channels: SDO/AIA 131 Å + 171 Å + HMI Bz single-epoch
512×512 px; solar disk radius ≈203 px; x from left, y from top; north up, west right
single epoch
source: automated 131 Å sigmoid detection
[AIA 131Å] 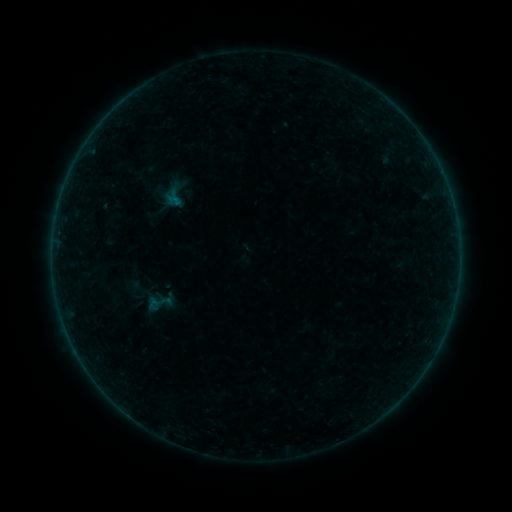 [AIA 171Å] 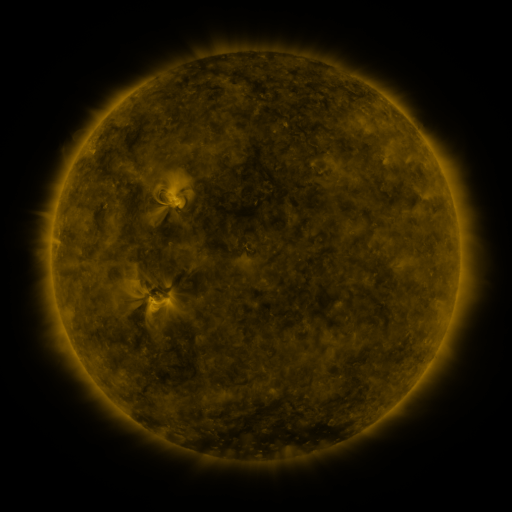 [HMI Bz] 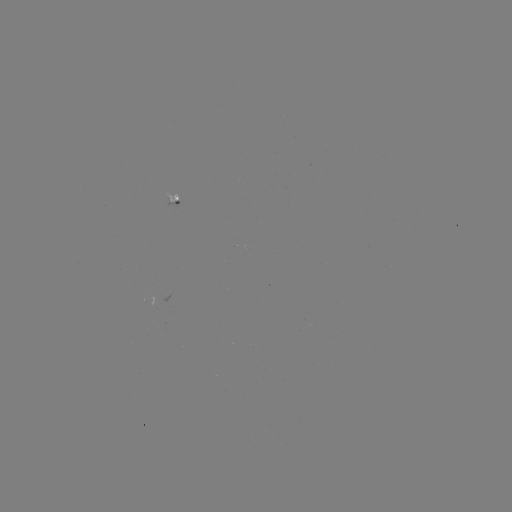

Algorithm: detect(sigmoid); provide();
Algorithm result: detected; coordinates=[159, 303]